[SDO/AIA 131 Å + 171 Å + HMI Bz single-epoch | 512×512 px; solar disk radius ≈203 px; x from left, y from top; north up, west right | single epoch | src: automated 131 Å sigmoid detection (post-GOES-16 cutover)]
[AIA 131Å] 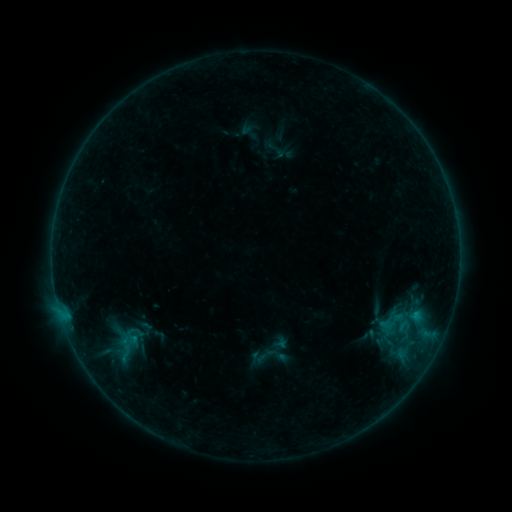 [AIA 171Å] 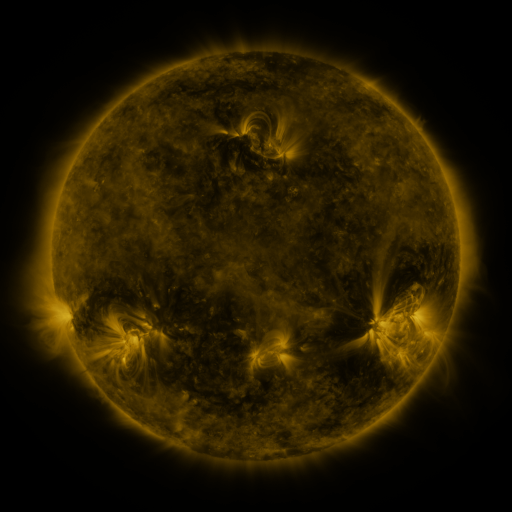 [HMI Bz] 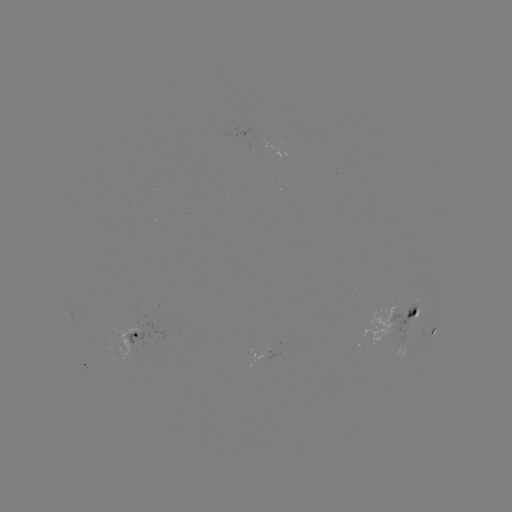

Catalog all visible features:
sigmoid: (393, 321)
sigmoid: (265, 356)
